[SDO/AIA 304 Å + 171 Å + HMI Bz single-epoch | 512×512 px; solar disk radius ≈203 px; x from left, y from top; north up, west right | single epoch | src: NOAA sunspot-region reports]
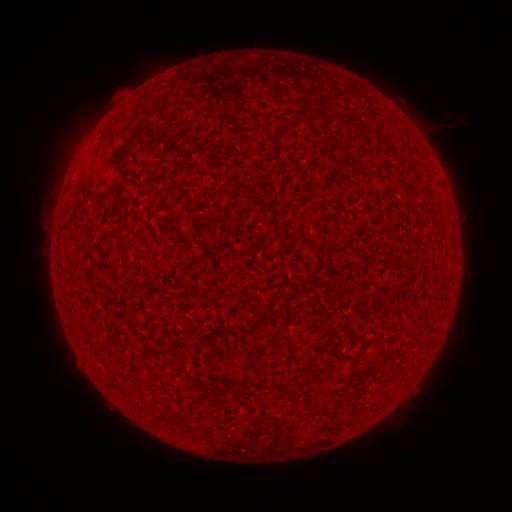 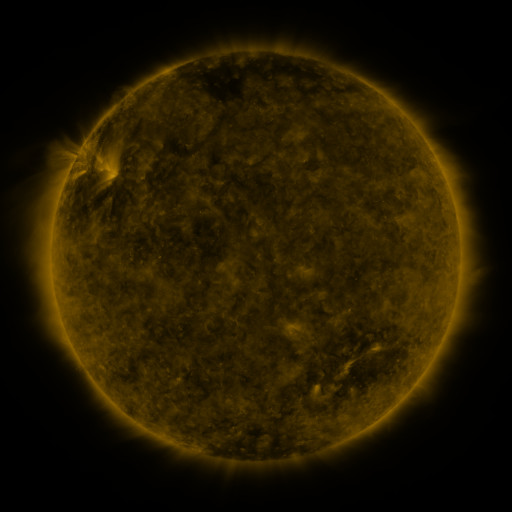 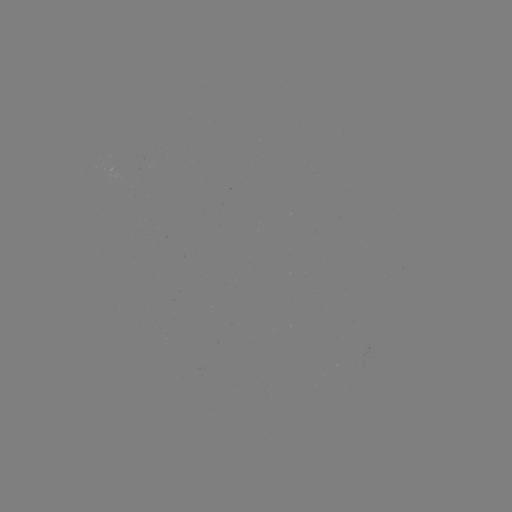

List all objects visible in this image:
(none)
